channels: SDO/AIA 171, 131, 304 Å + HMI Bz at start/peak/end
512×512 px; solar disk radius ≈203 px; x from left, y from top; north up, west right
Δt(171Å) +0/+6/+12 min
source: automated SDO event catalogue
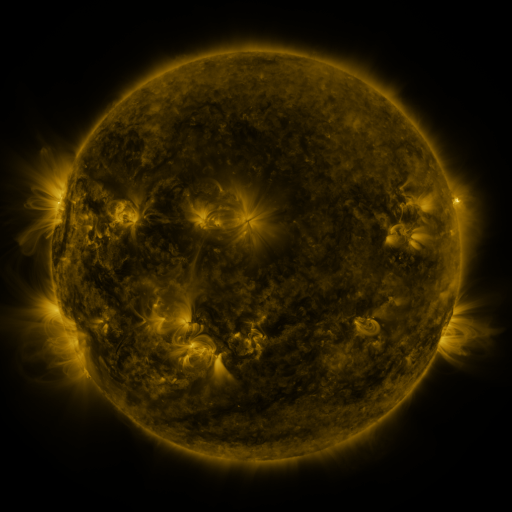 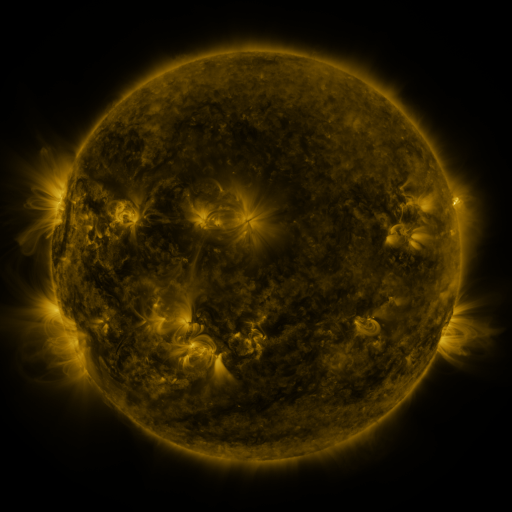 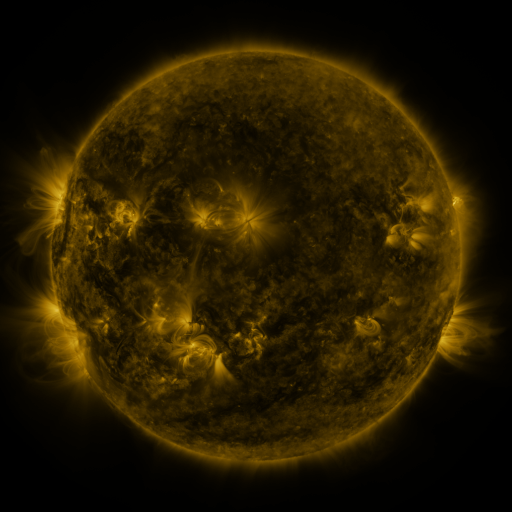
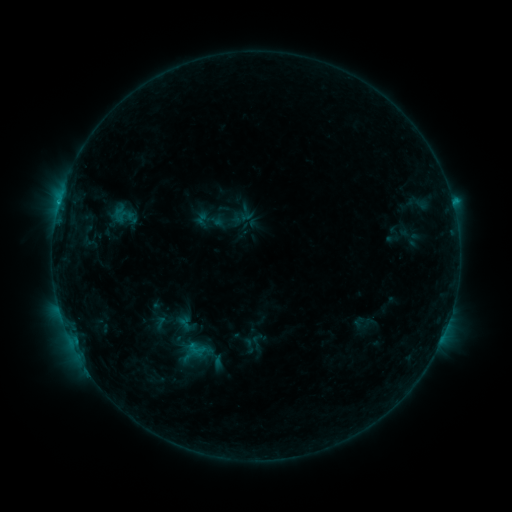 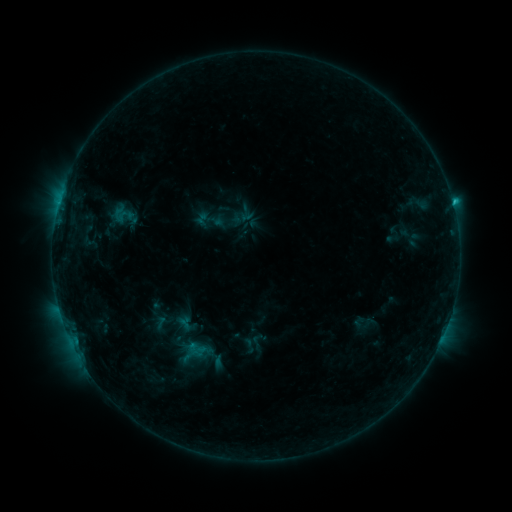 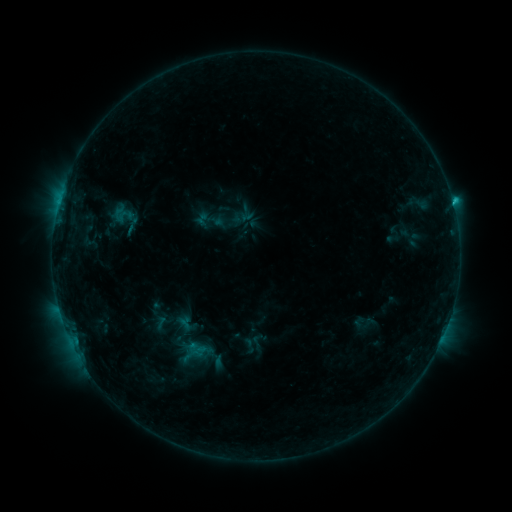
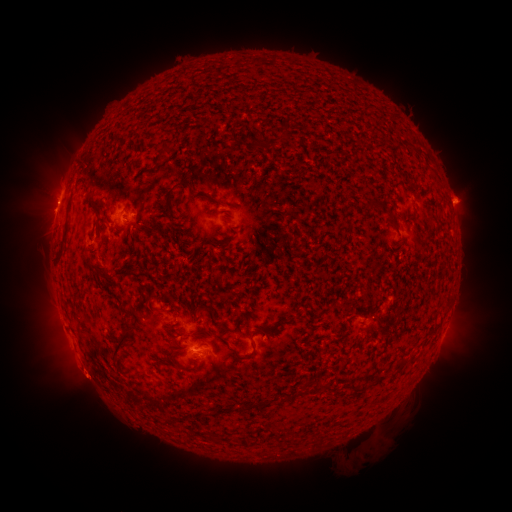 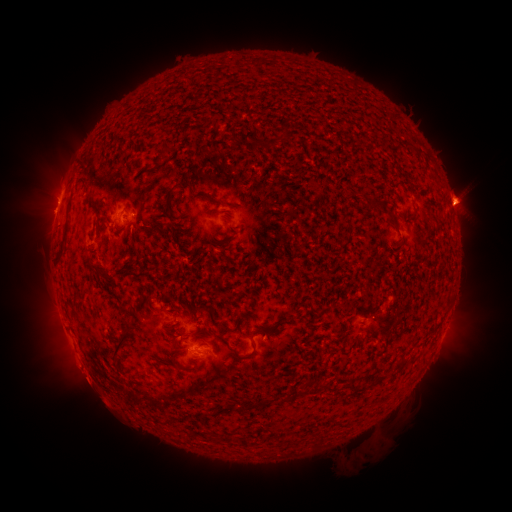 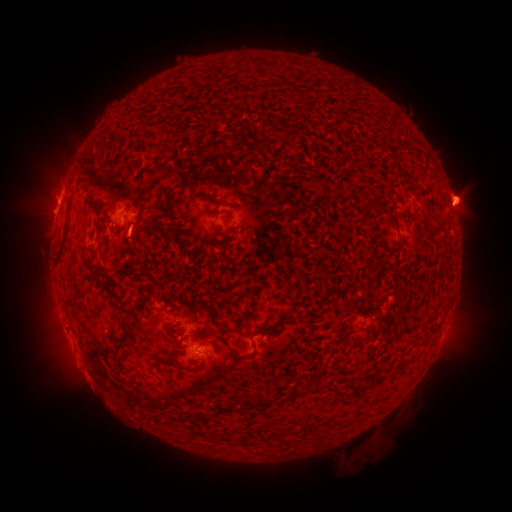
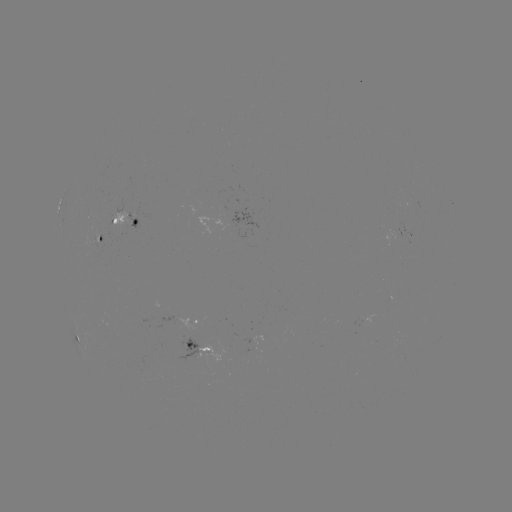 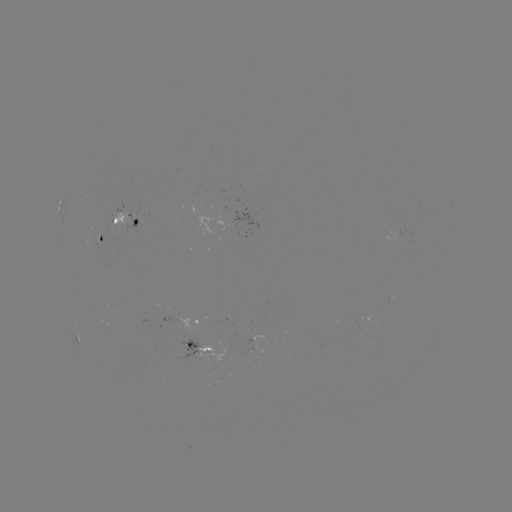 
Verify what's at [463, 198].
eruption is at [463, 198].